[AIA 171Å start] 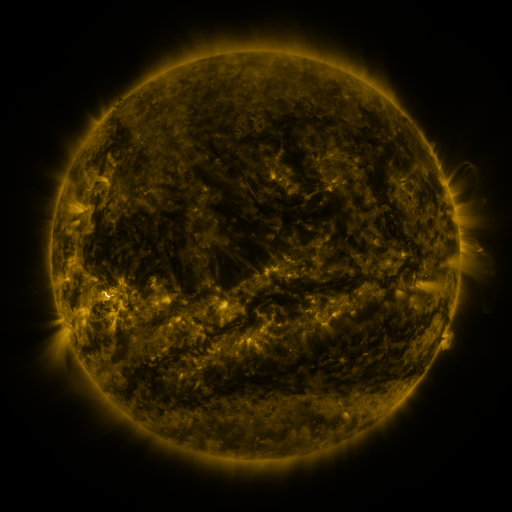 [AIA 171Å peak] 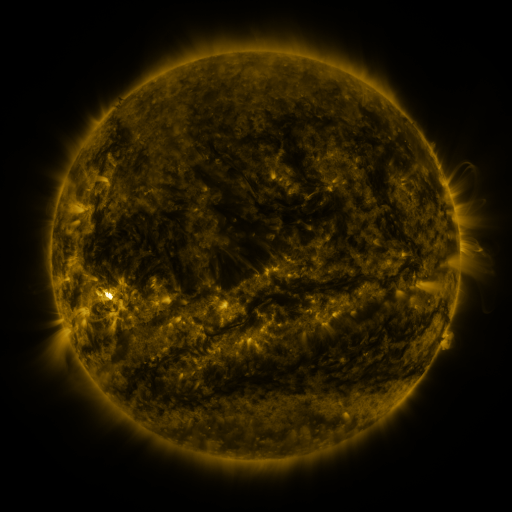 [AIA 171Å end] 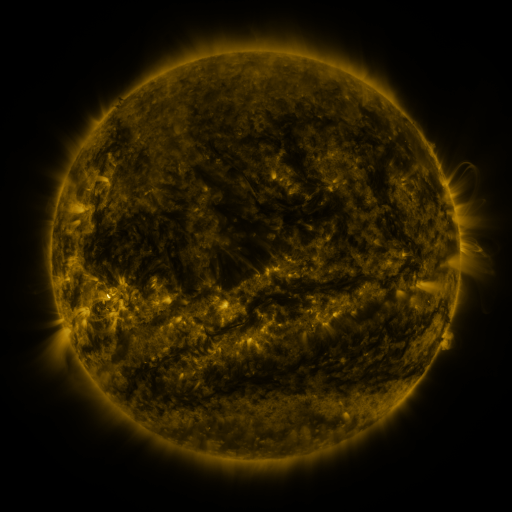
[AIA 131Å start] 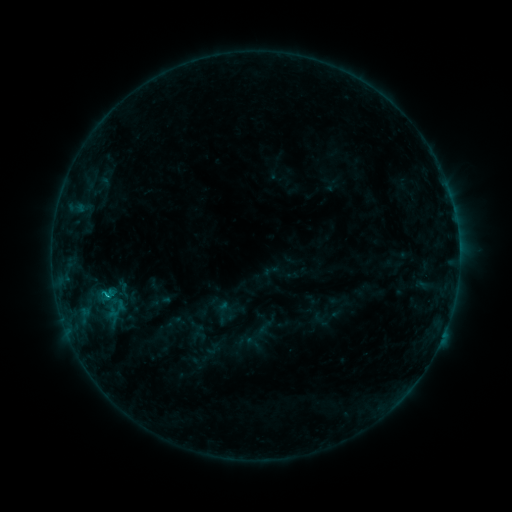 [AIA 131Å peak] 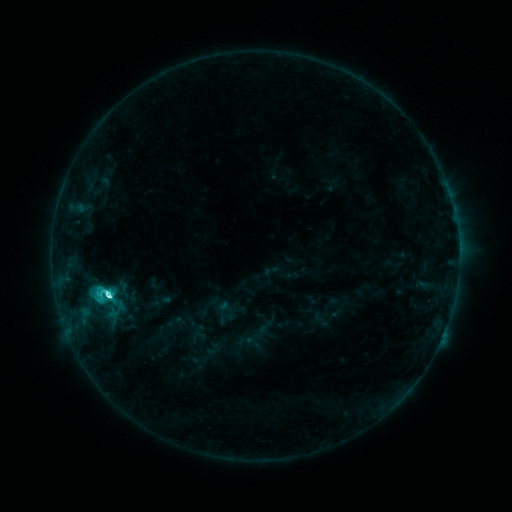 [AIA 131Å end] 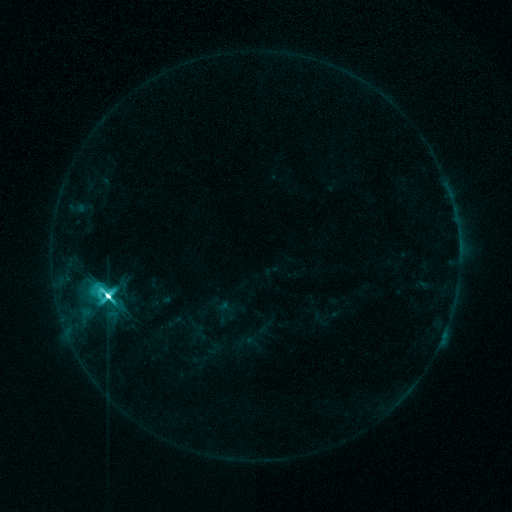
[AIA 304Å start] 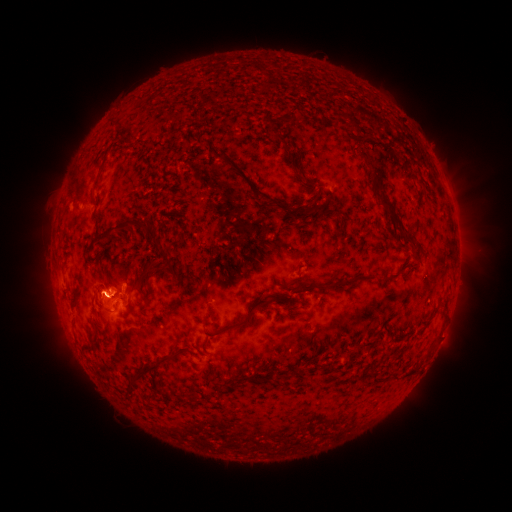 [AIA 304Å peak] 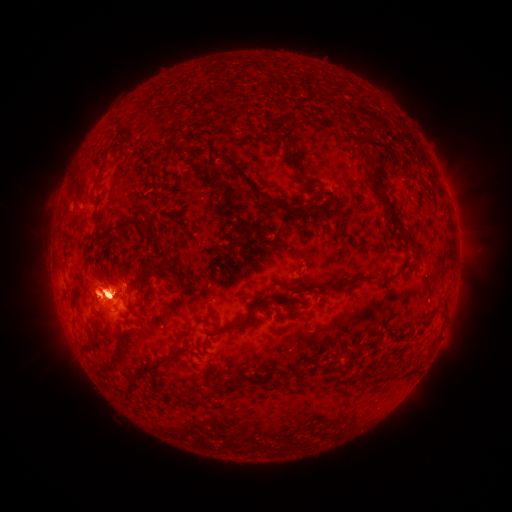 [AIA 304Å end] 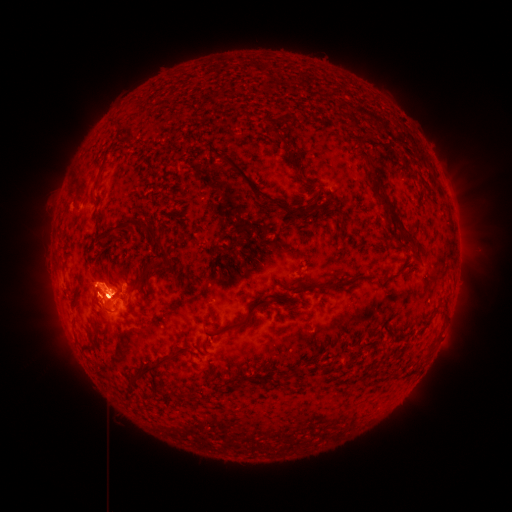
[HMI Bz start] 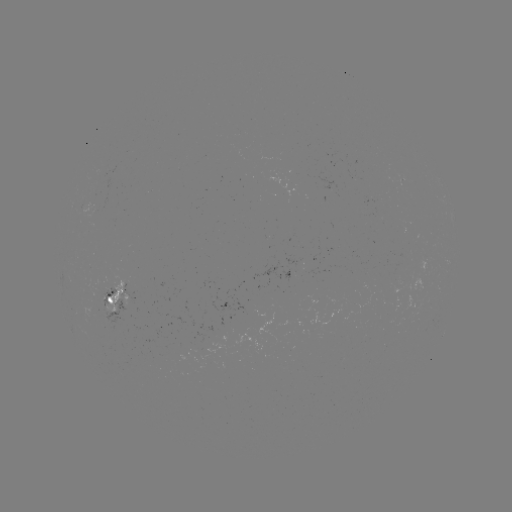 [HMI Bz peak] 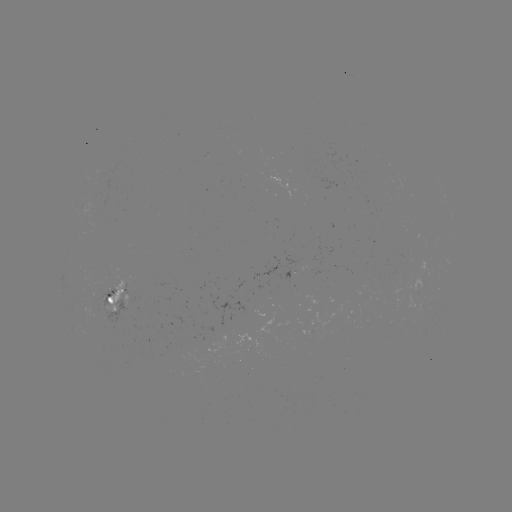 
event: flare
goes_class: M4.5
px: (110, 295)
